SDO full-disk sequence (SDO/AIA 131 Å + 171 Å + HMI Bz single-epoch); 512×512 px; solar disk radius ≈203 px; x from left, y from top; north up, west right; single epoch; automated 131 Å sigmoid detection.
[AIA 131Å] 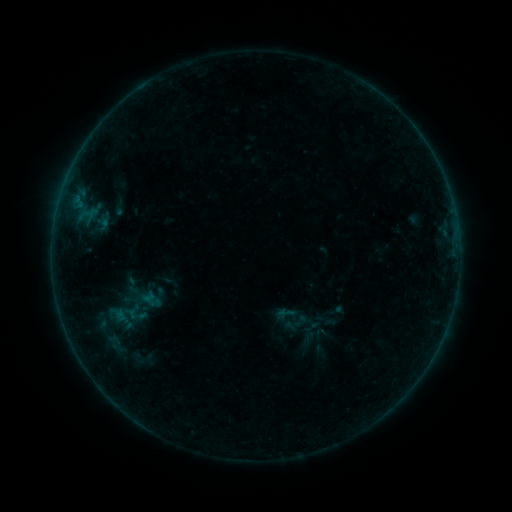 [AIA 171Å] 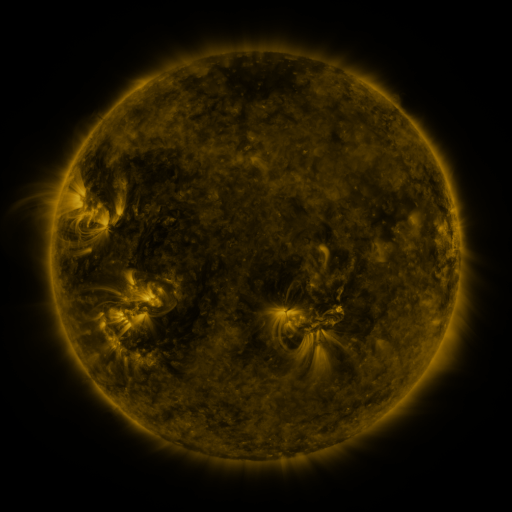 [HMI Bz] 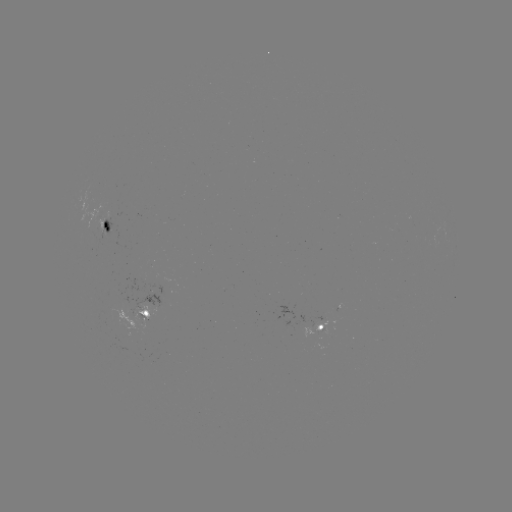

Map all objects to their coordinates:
sigmoid: (286, 313)
sigmoid: (300, 321)
